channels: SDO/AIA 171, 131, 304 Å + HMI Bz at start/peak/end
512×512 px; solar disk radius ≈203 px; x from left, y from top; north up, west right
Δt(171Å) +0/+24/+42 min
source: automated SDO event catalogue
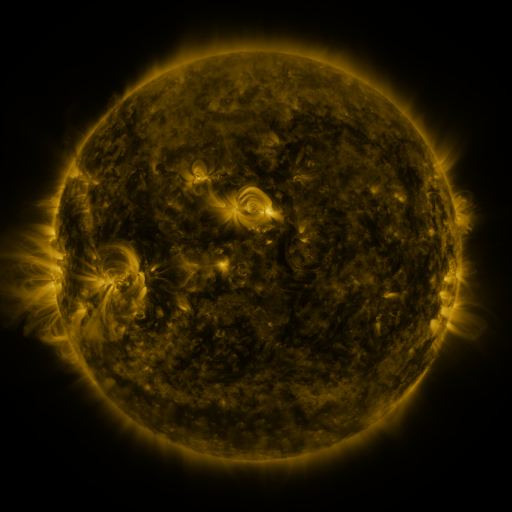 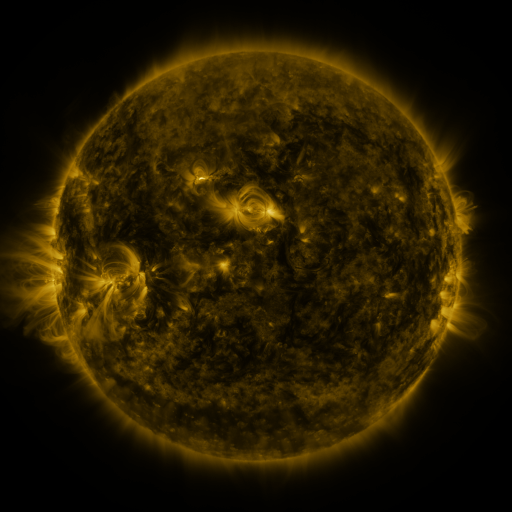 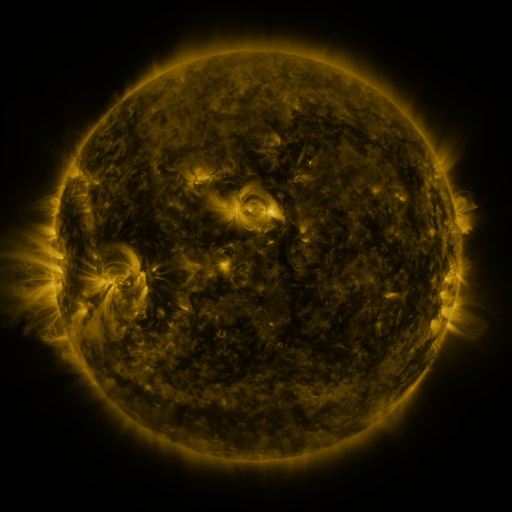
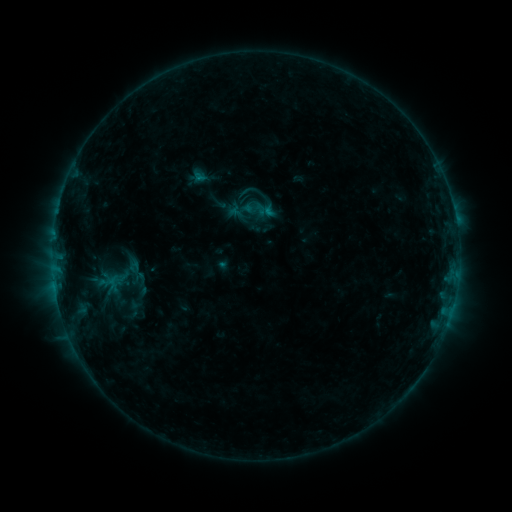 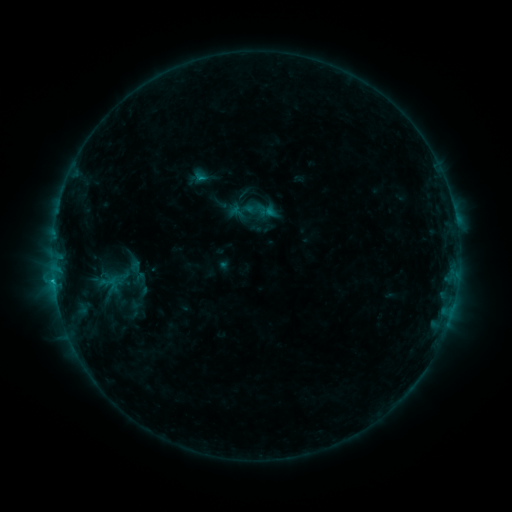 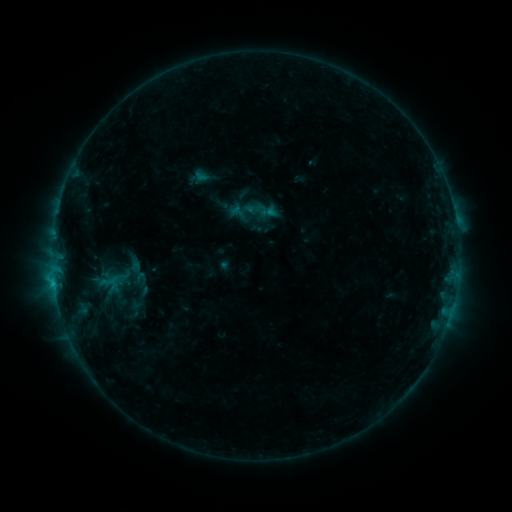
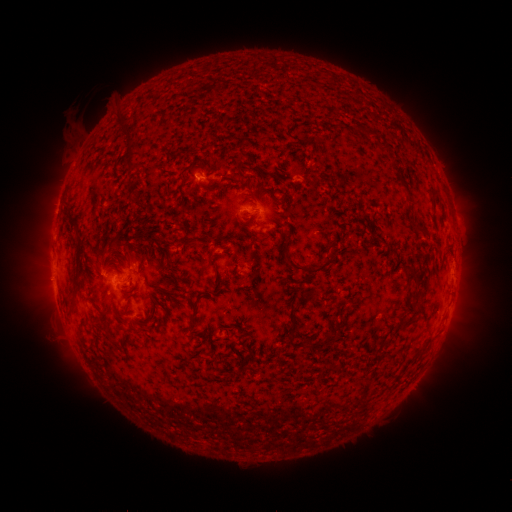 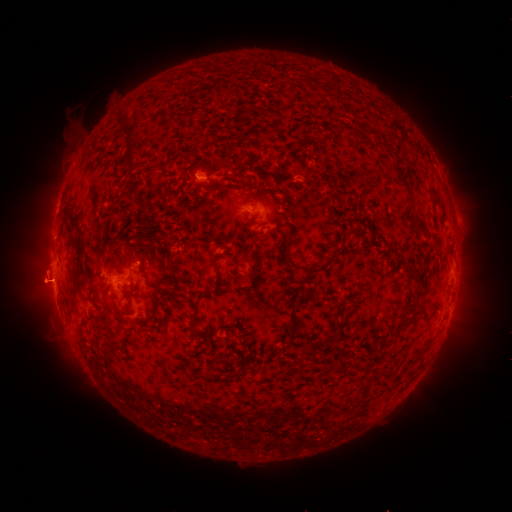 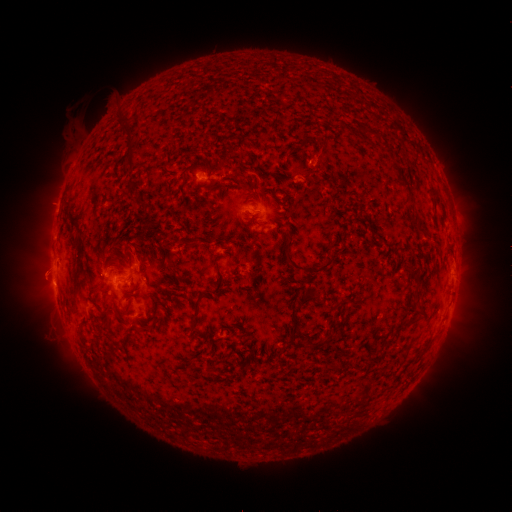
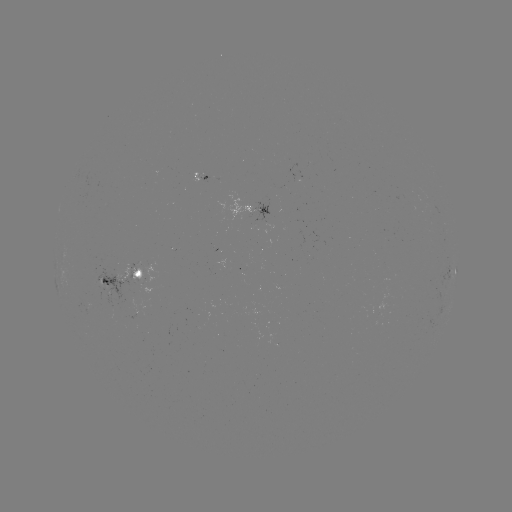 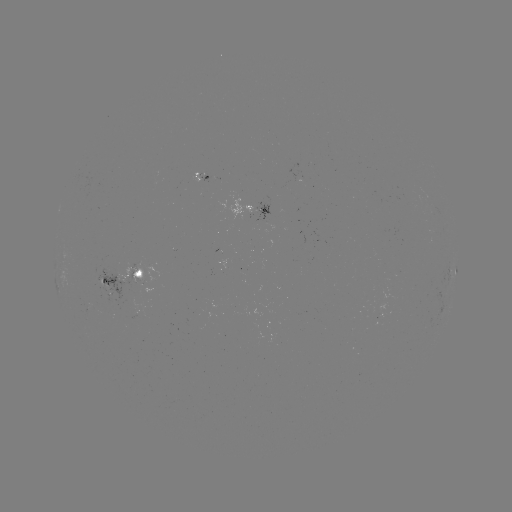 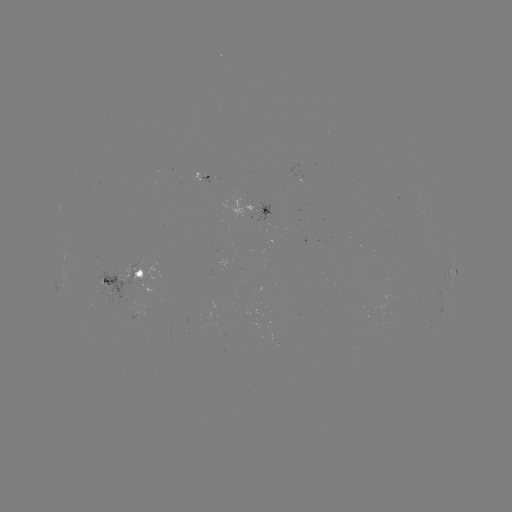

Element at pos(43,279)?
eruption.